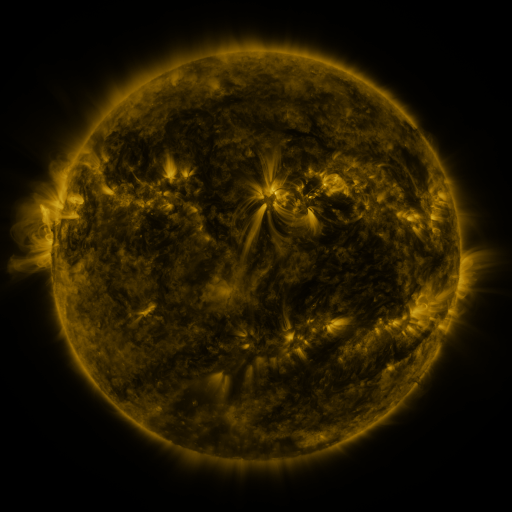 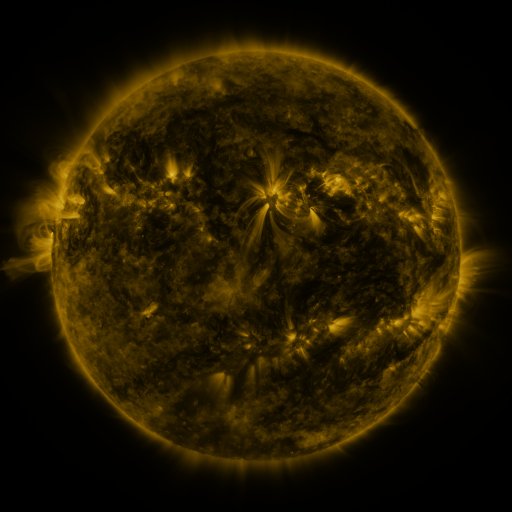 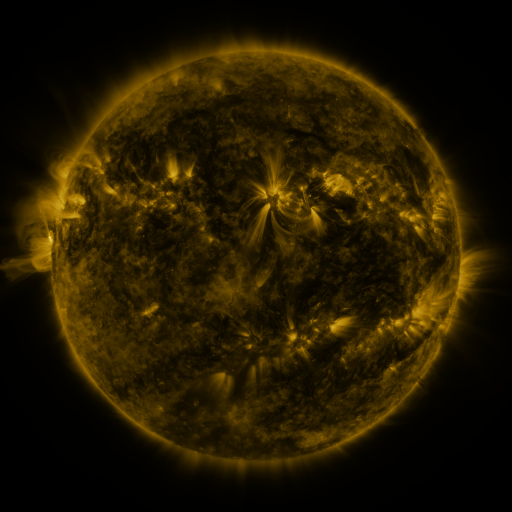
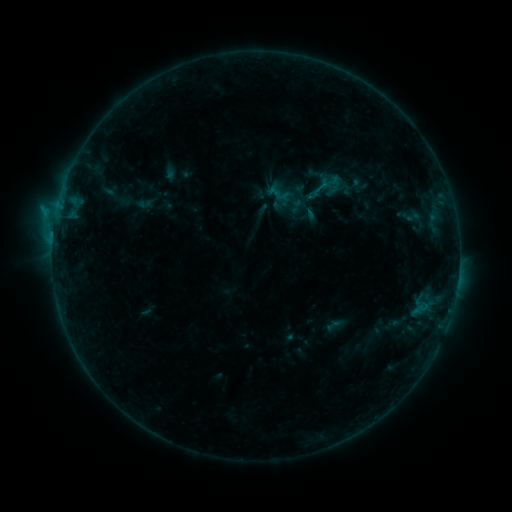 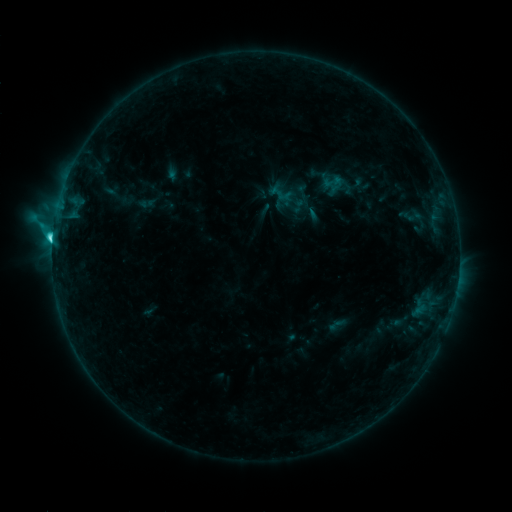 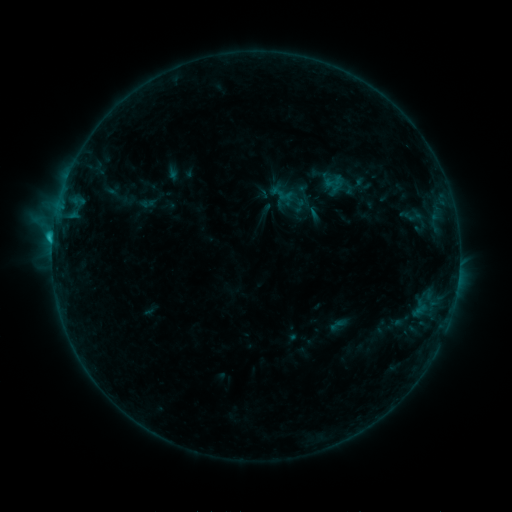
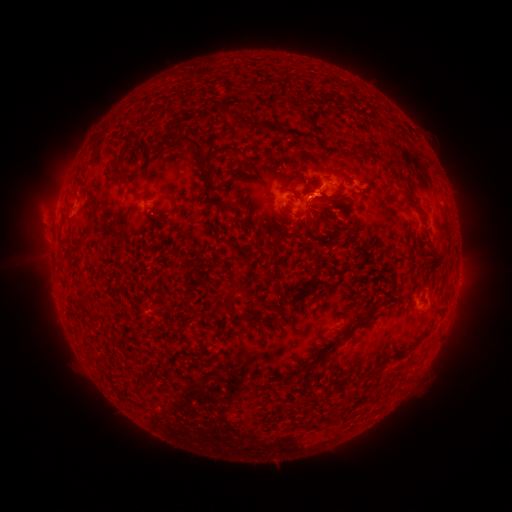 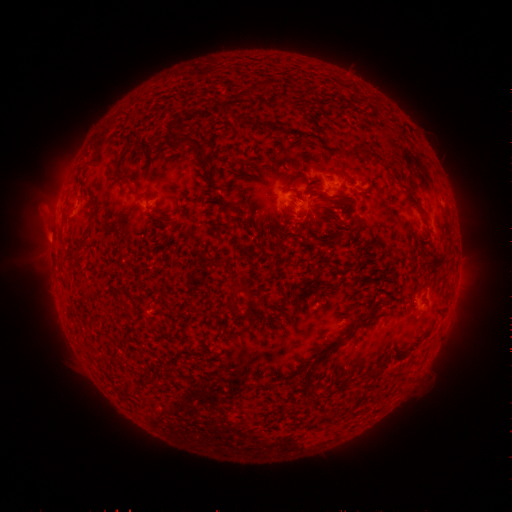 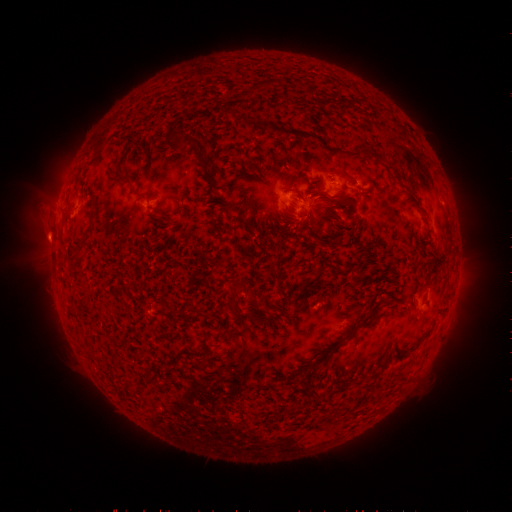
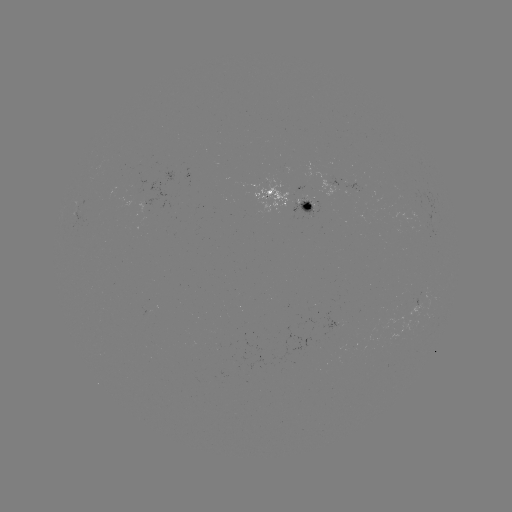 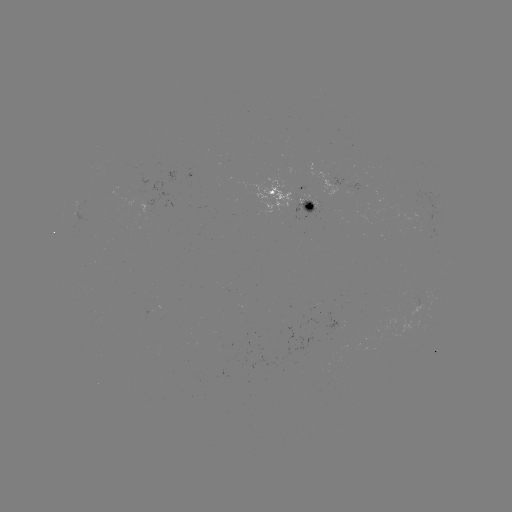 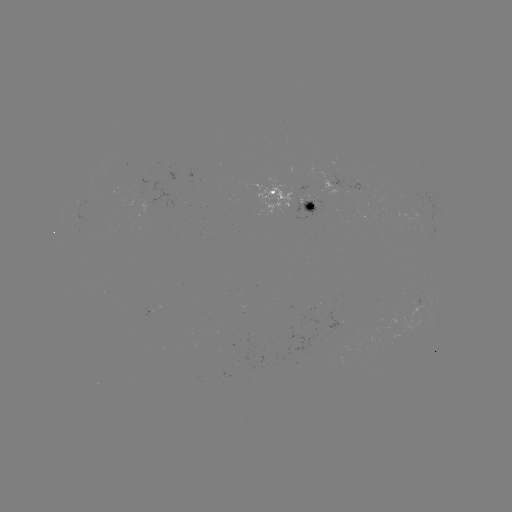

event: emerging-flux region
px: (328, 183)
